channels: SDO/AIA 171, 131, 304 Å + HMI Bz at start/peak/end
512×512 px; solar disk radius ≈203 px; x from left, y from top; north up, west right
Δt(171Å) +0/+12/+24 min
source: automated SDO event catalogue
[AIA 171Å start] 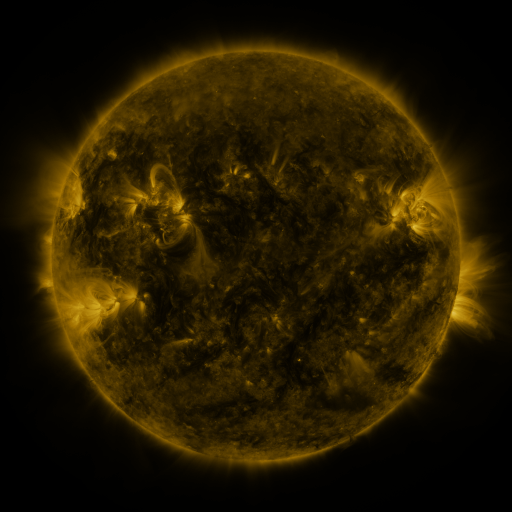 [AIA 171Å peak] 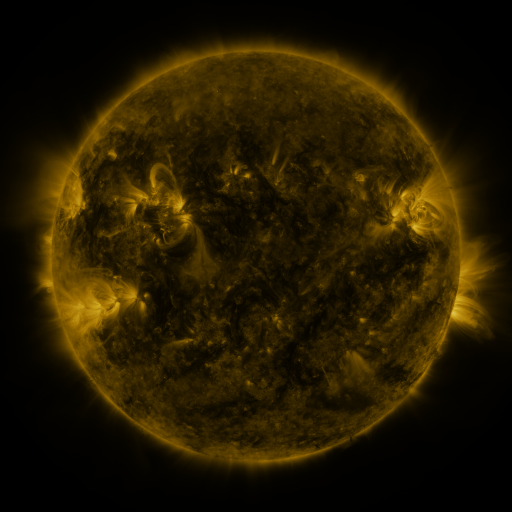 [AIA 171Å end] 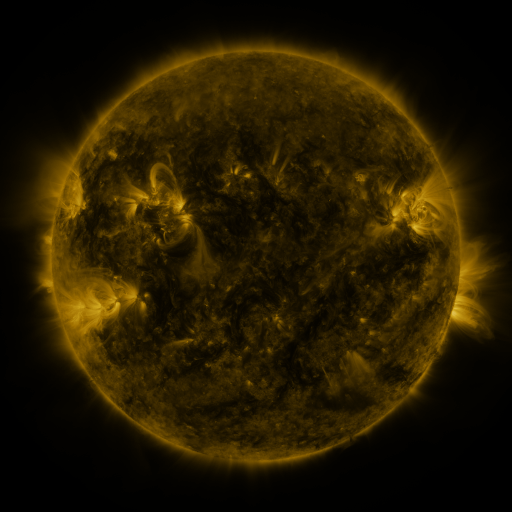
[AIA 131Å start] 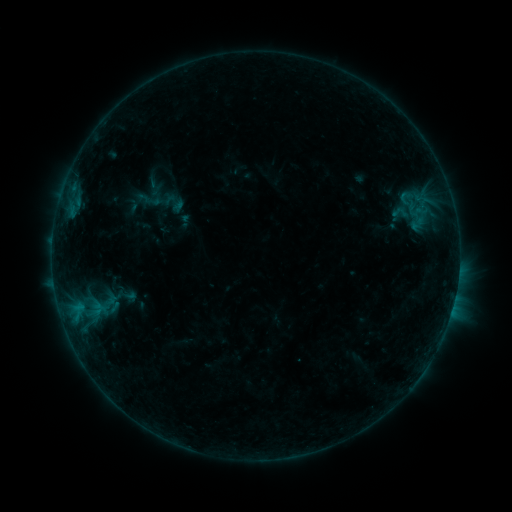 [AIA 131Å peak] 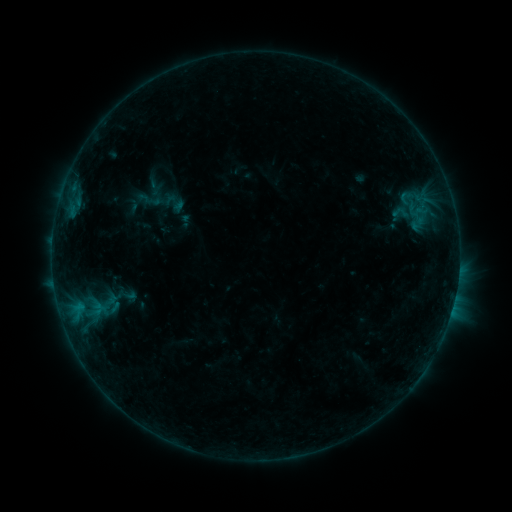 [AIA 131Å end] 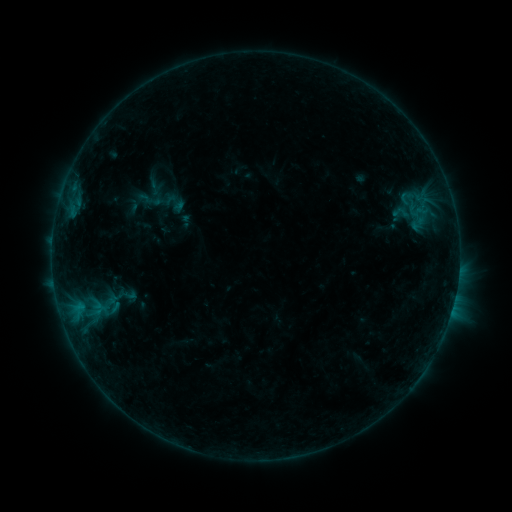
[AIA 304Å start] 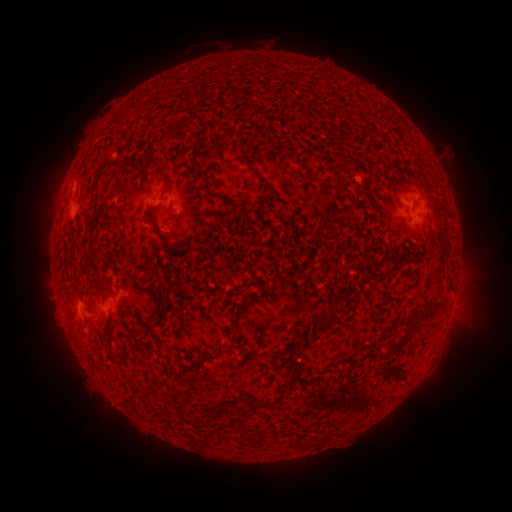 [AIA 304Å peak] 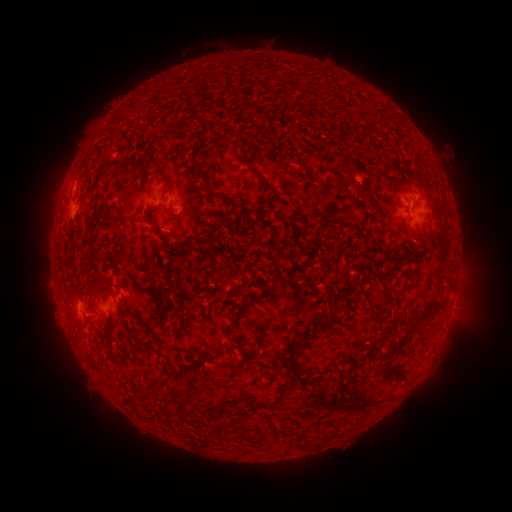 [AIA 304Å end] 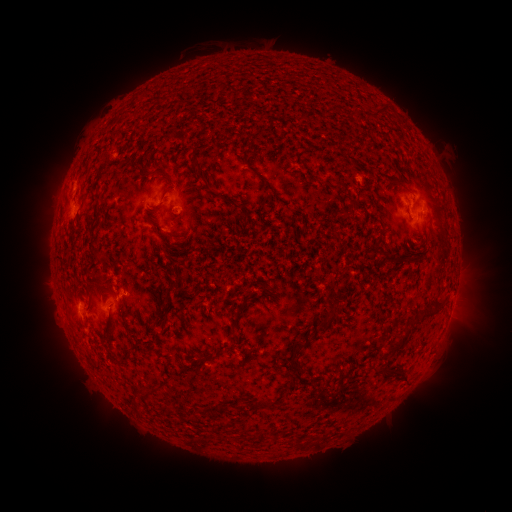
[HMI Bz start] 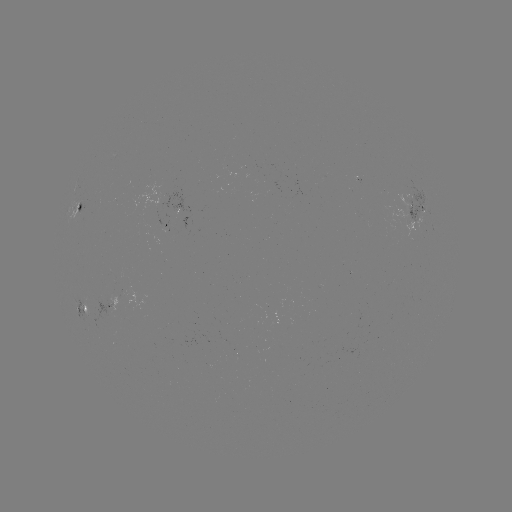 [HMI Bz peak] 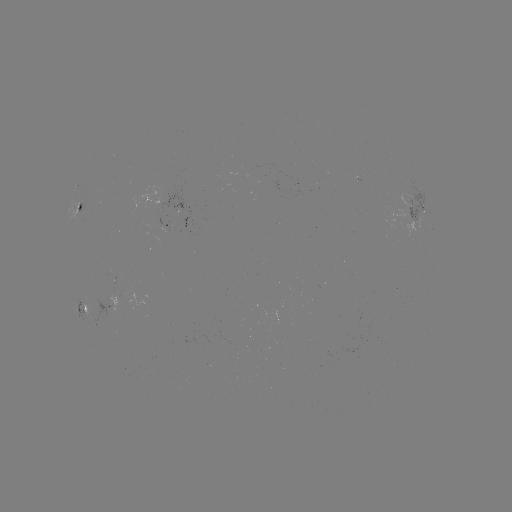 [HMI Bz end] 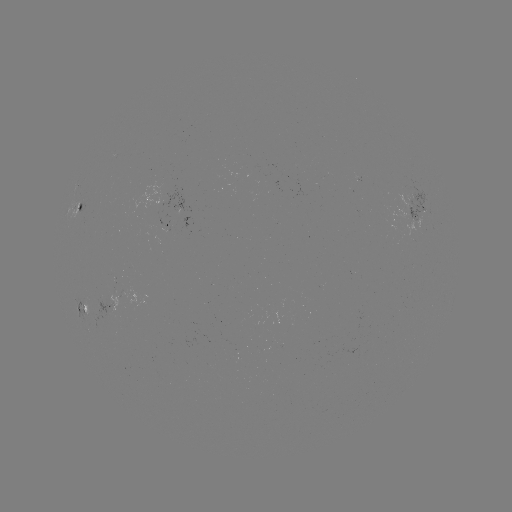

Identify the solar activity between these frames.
no classed flare was catalogued and no EUV brightening was flagged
